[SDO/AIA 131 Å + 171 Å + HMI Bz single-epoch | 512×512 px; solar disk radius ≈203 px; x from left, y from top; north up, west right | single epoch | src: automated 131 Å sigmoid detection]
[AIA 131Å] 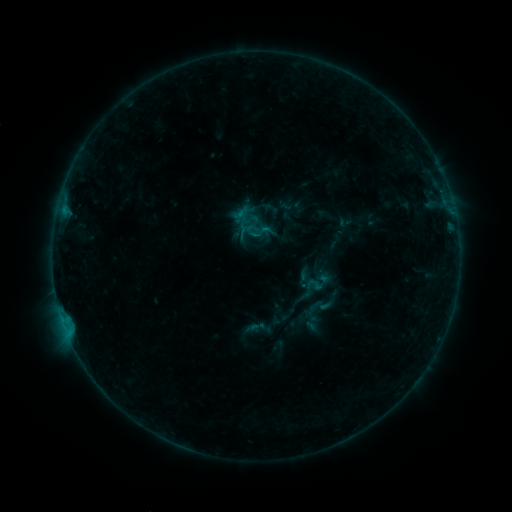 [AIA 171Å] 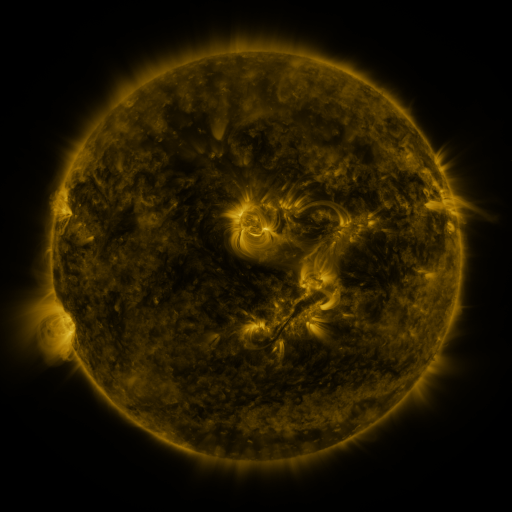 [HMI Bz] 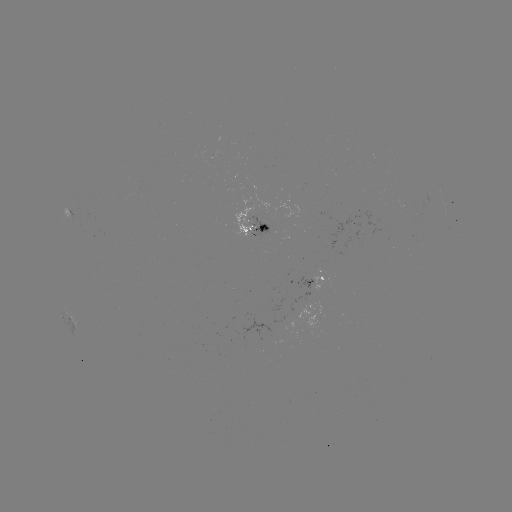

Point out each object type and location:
sigmoid: (314, 285)
sigmoid: (320, 307)
